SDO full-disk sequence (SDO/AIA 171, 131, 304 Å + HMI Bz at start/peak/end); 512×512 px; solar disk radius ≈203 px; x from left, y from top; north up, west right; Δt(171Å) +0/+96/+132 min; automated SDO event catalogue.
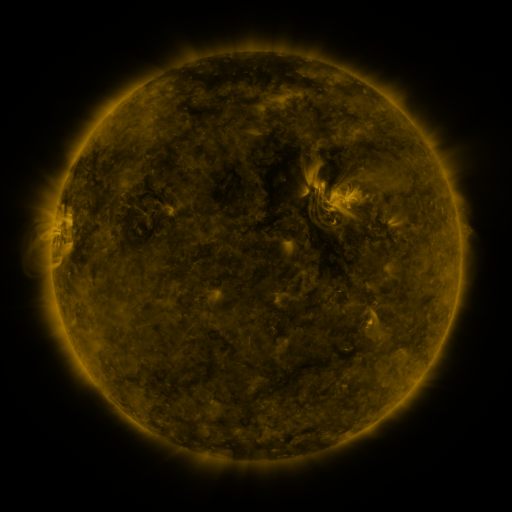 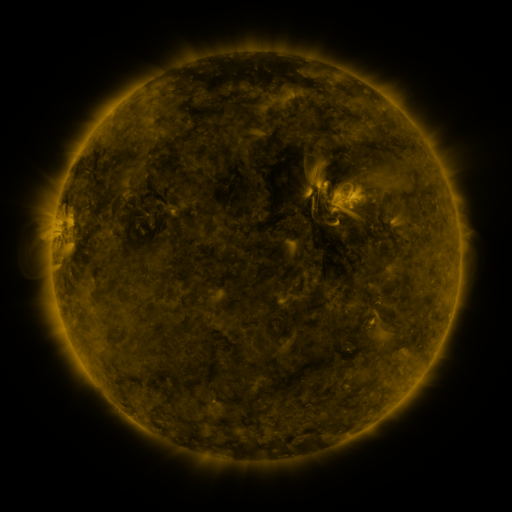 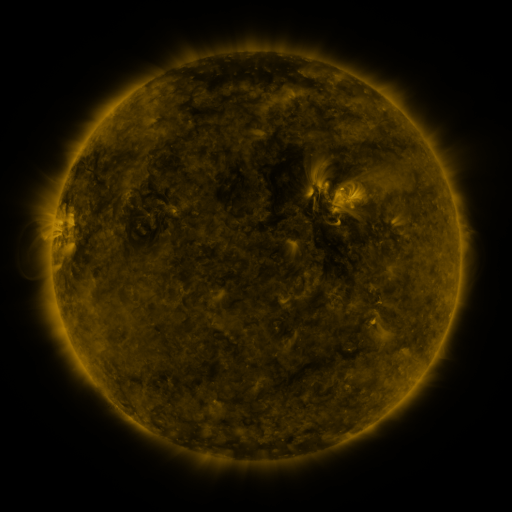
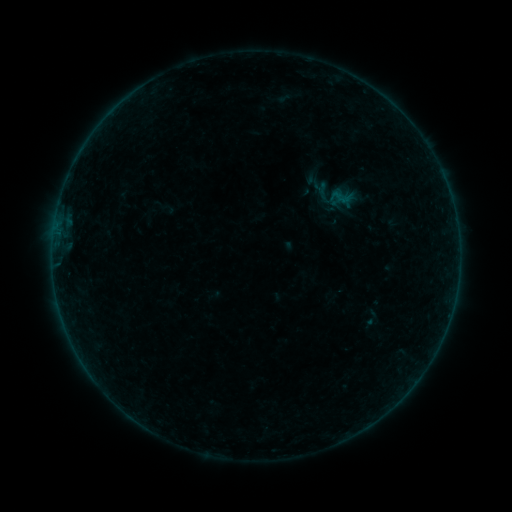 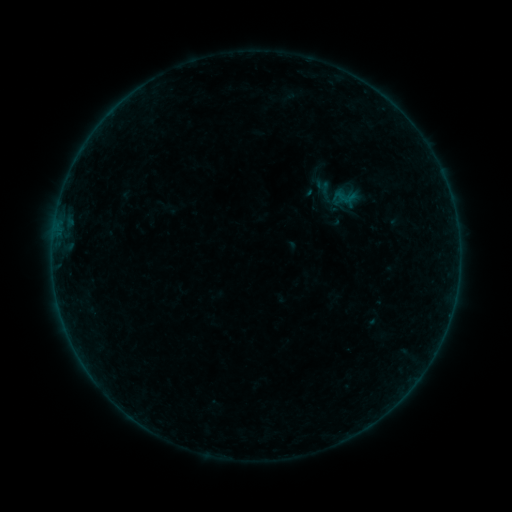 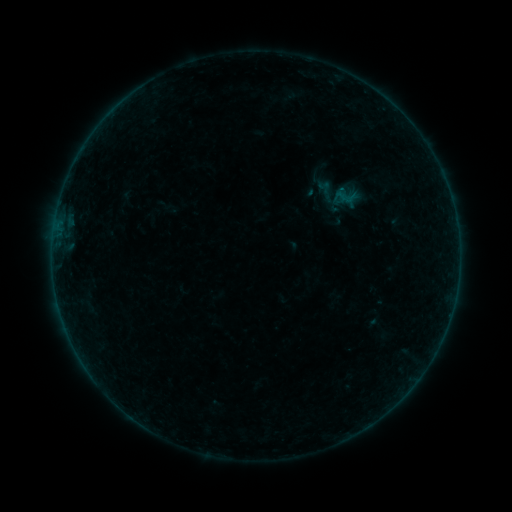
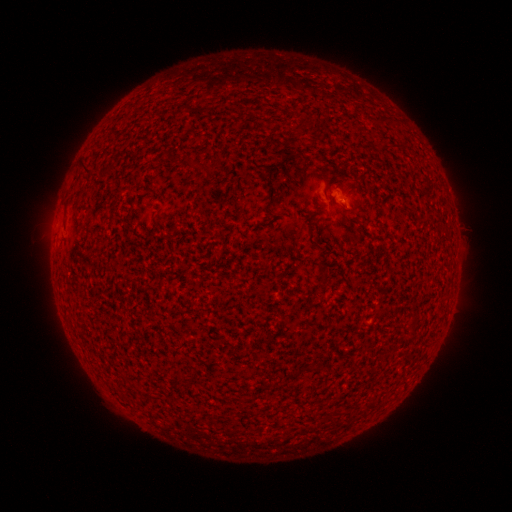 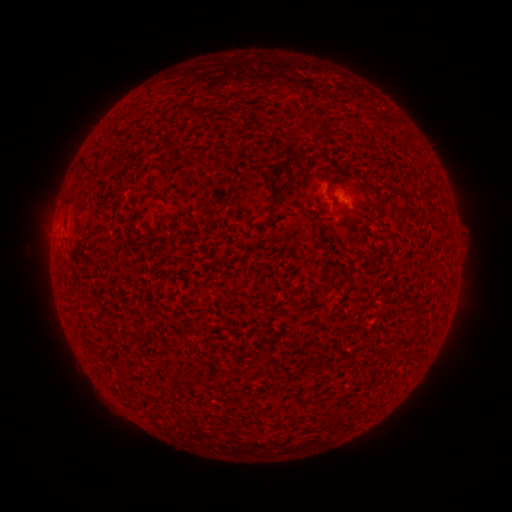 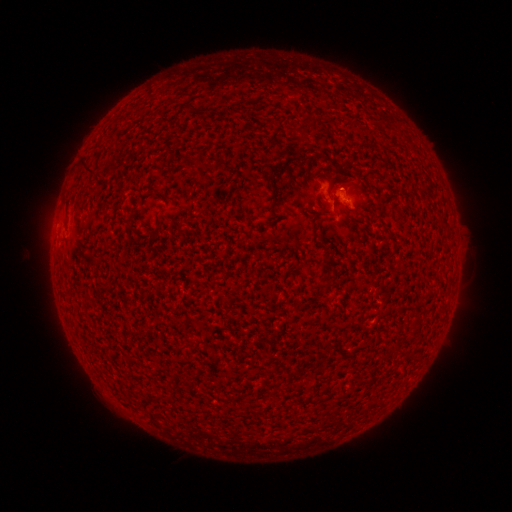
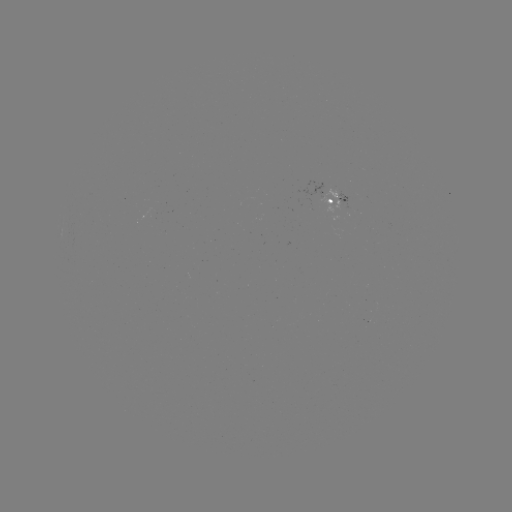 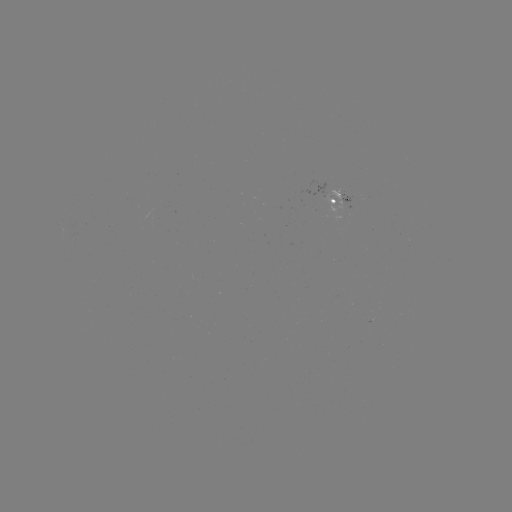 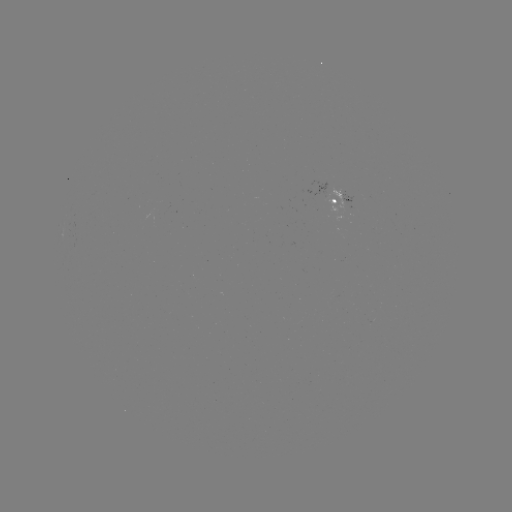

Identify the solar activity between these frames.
emerging-flux region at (329, 197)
